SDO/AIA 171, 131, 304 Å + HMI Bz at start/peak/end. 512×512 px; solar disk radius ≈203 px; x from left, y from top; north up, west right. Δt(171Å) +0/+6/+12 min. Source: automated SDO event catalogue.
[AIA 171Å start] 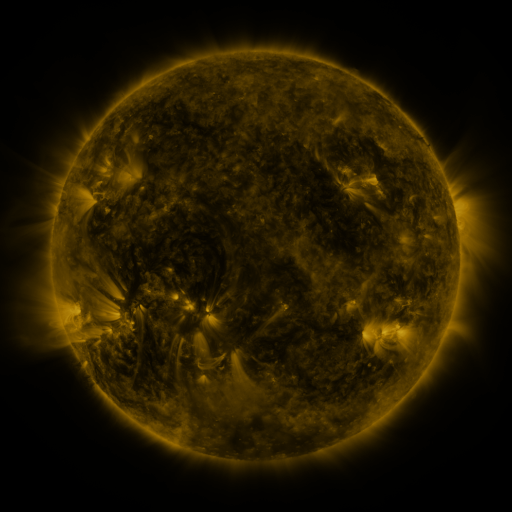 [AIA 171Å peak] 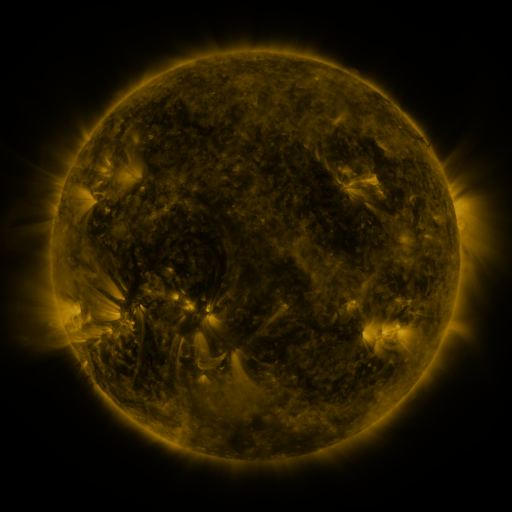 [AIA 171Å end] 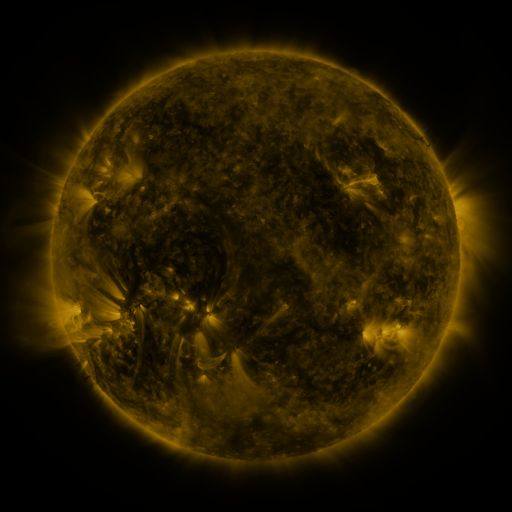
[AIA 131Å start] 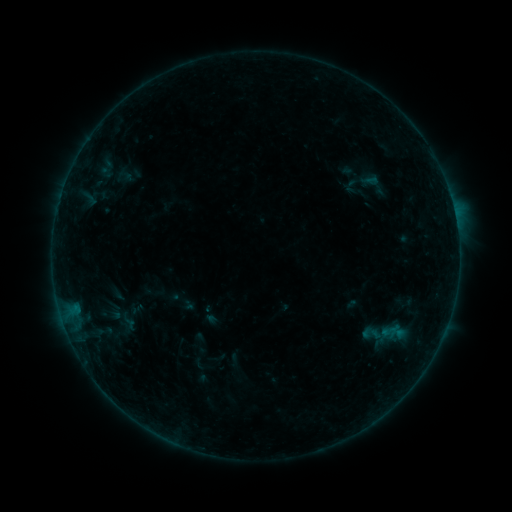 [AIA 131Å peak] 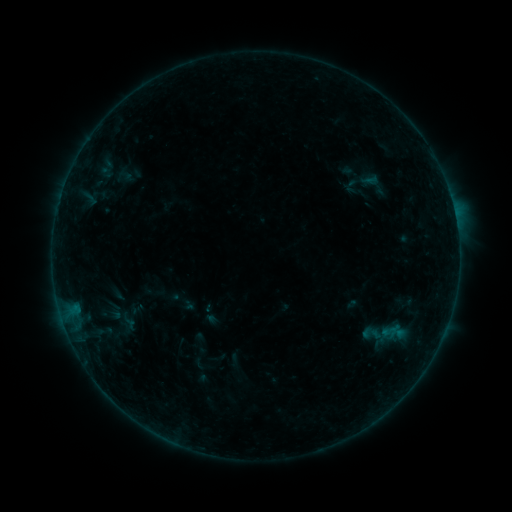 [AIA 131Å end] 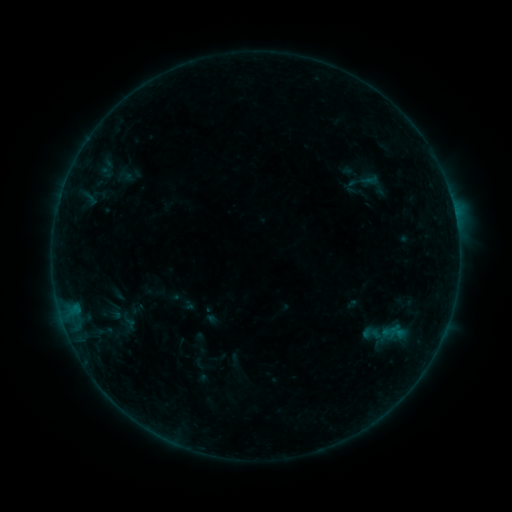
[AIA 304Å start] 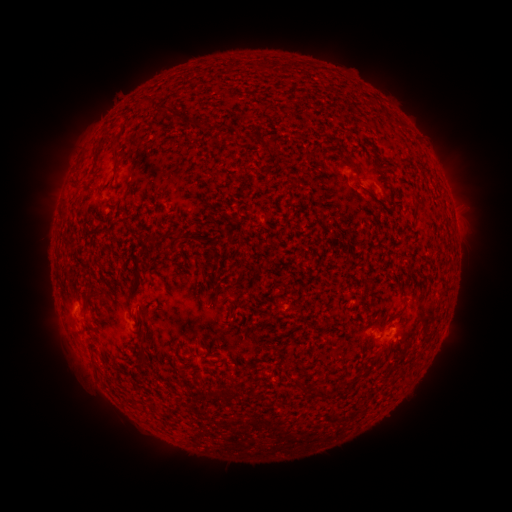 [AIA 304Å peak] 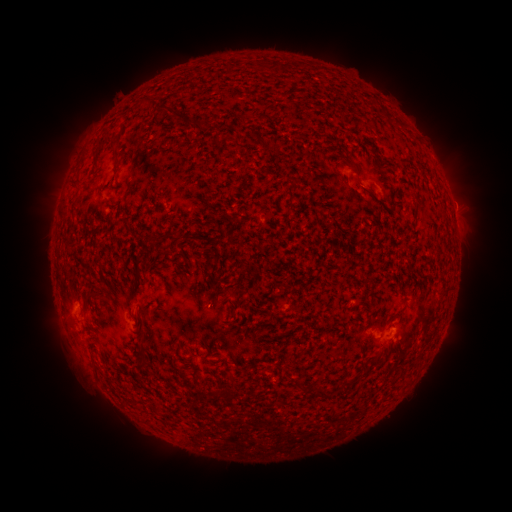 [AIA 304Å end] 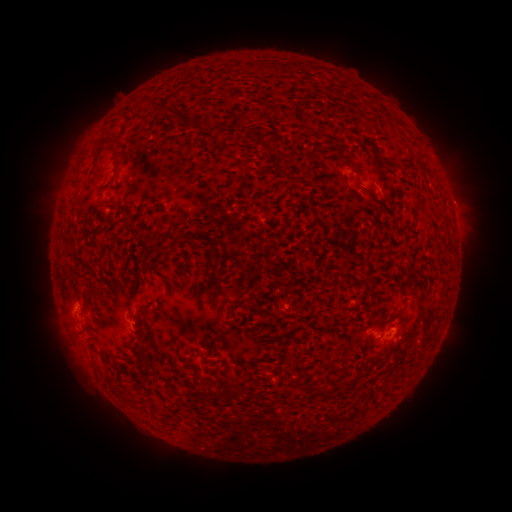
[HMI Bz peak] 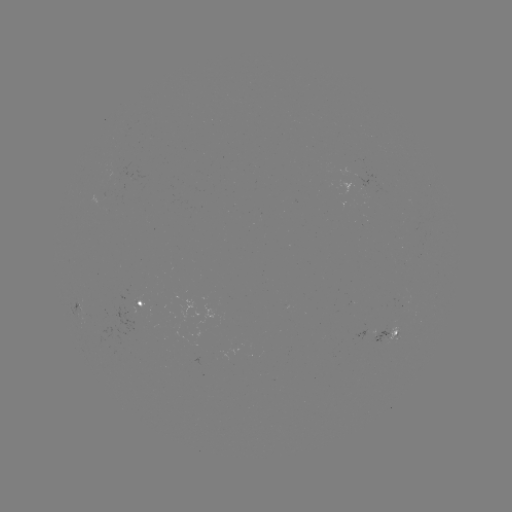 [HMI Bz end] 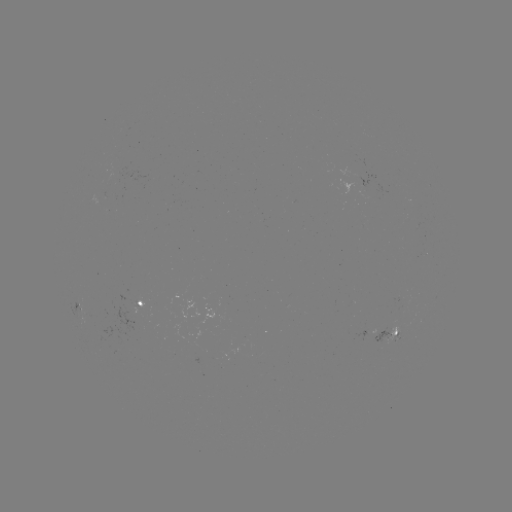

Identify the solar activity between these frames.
no classed flare was catalogued and no EUV brightening was flagged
